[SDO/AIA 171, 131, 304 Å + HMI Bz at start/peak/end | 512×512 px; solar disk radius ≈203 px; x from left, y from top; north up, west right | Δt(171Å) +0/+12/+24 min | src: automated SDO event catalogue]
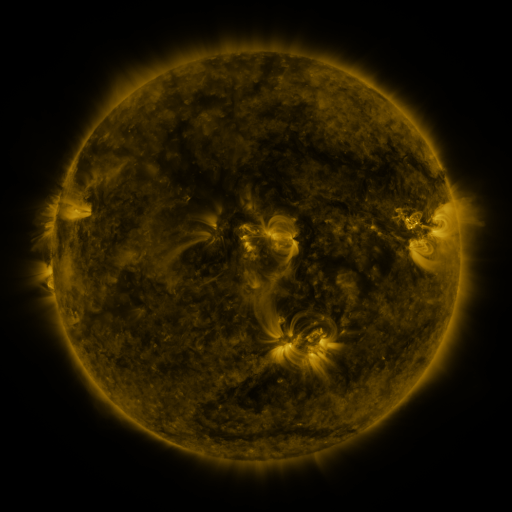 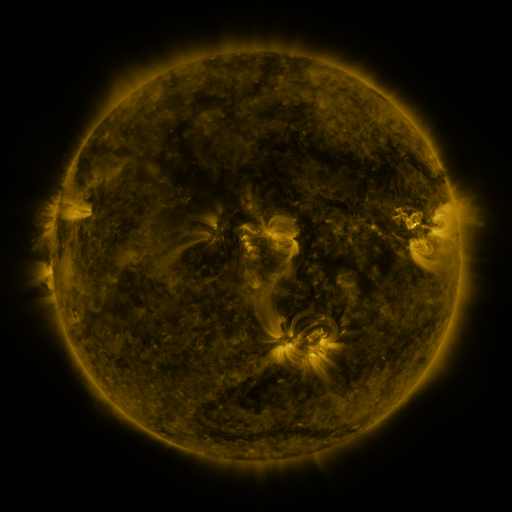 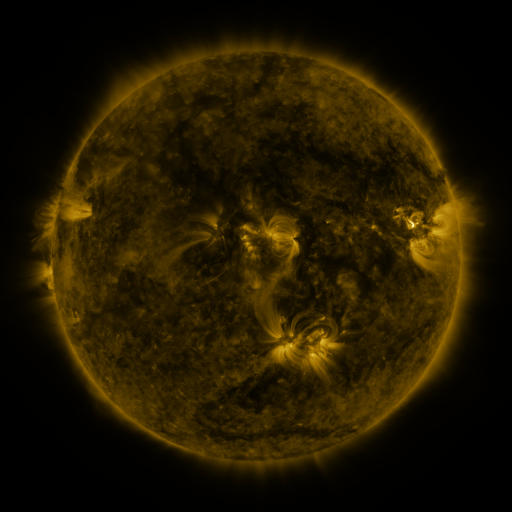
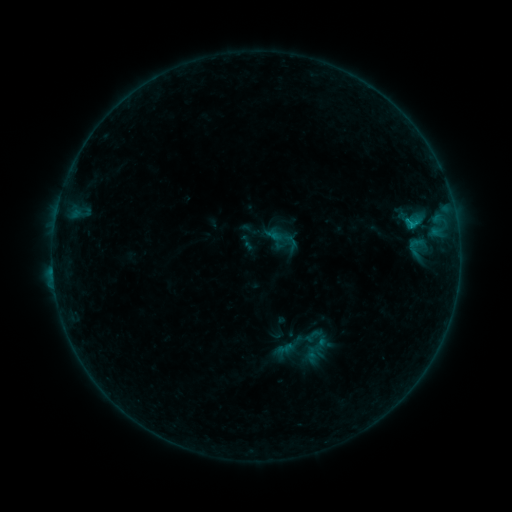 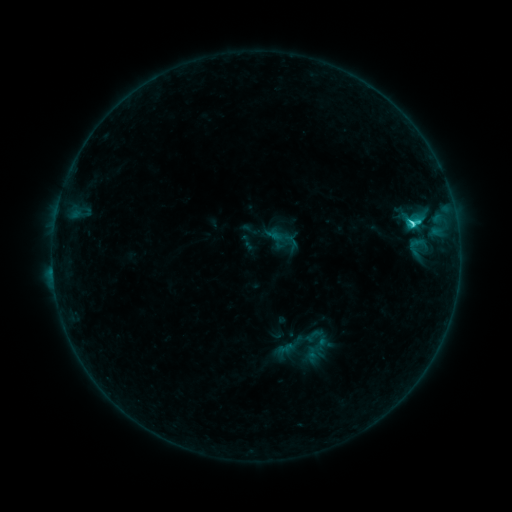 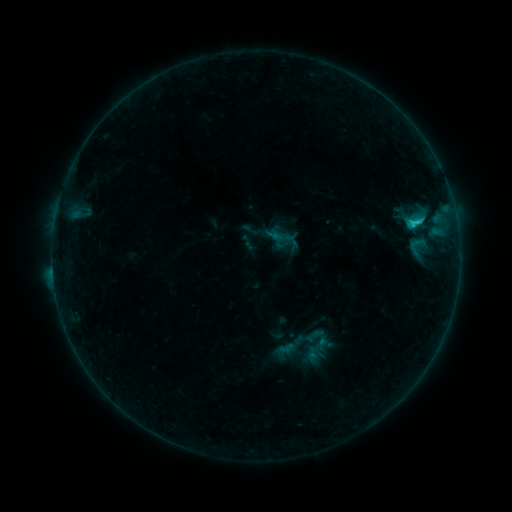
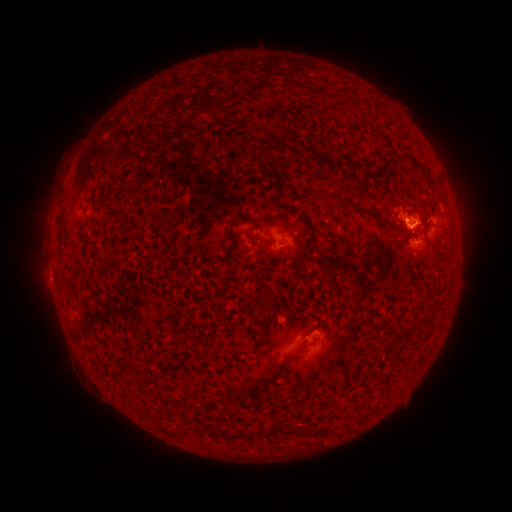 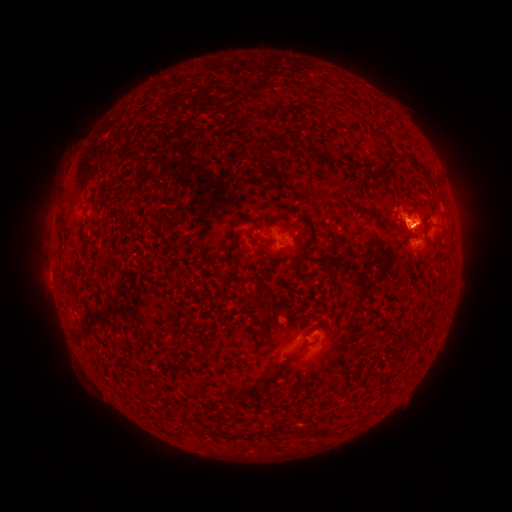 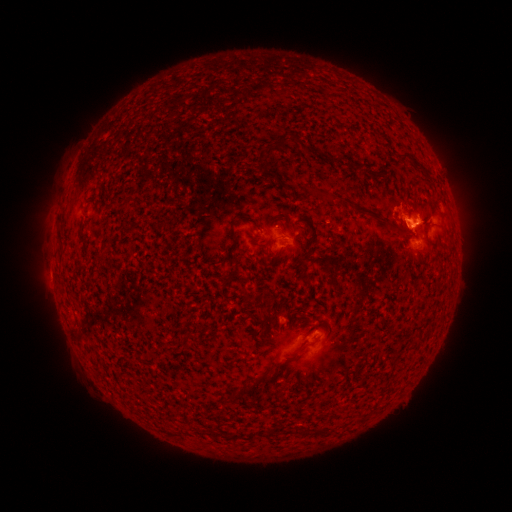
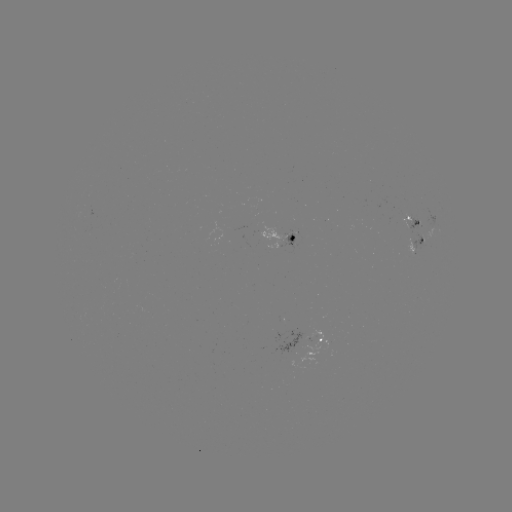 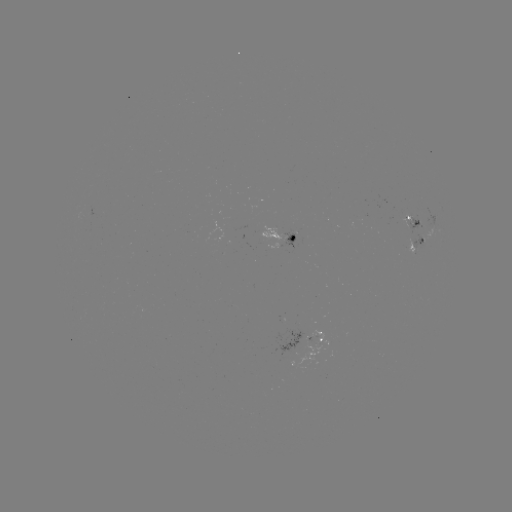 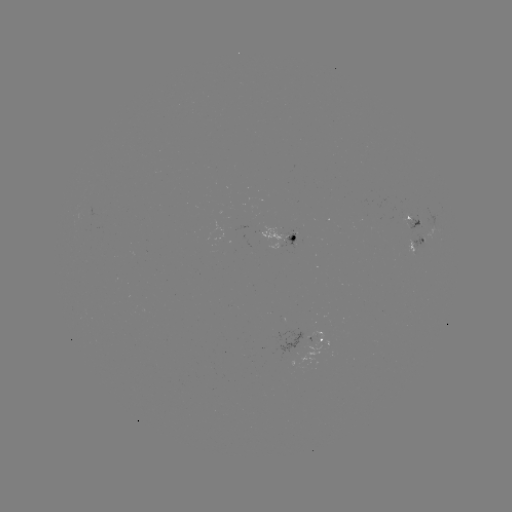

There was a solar flare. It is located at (410, 226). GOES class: C2.2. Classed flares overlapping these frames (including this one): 1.